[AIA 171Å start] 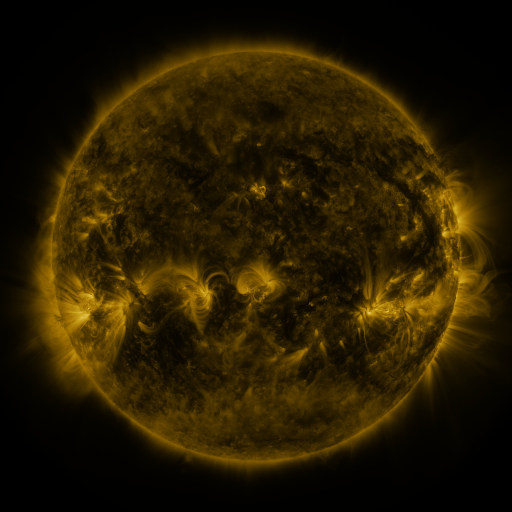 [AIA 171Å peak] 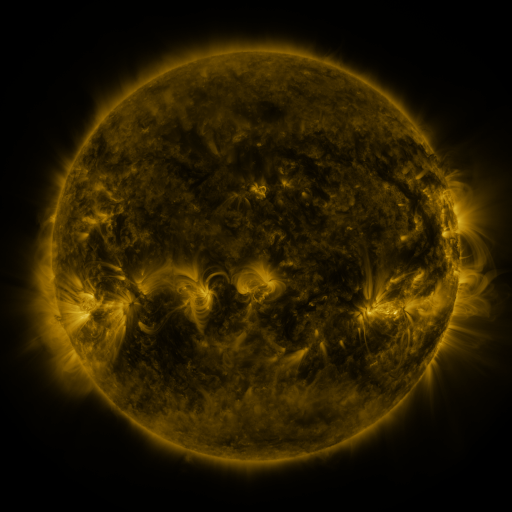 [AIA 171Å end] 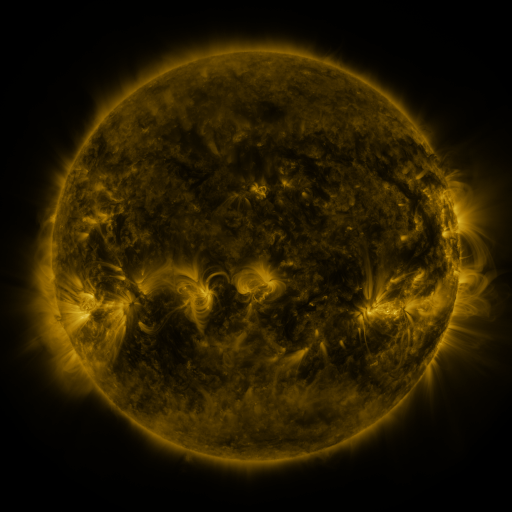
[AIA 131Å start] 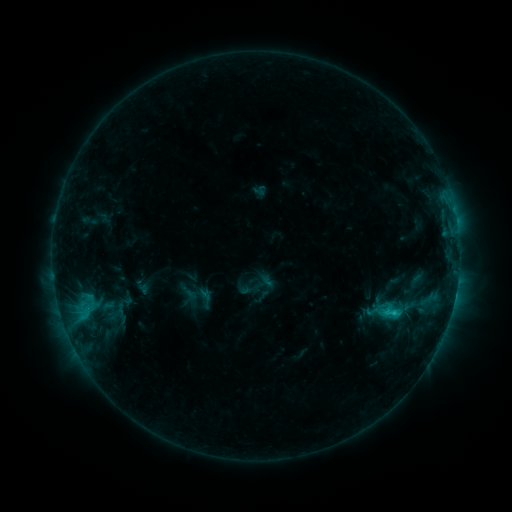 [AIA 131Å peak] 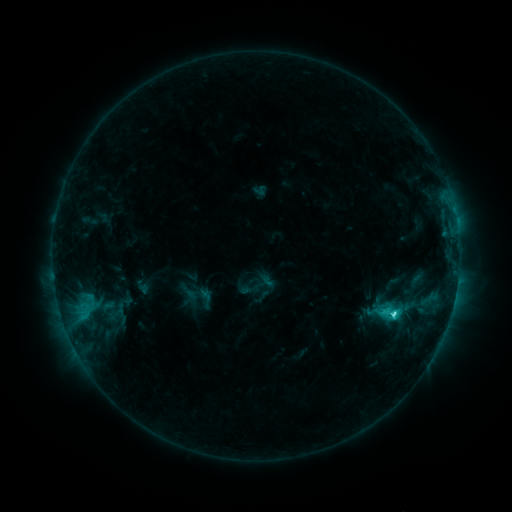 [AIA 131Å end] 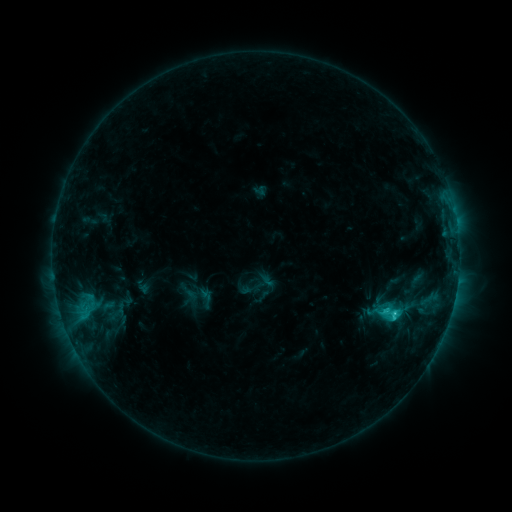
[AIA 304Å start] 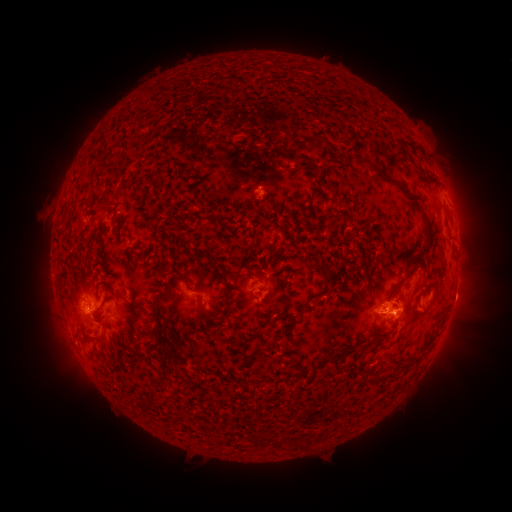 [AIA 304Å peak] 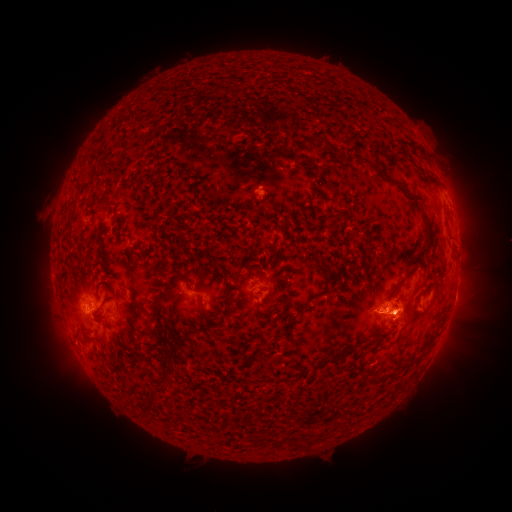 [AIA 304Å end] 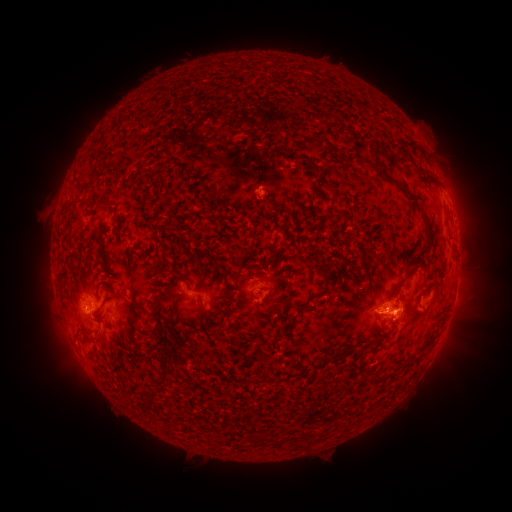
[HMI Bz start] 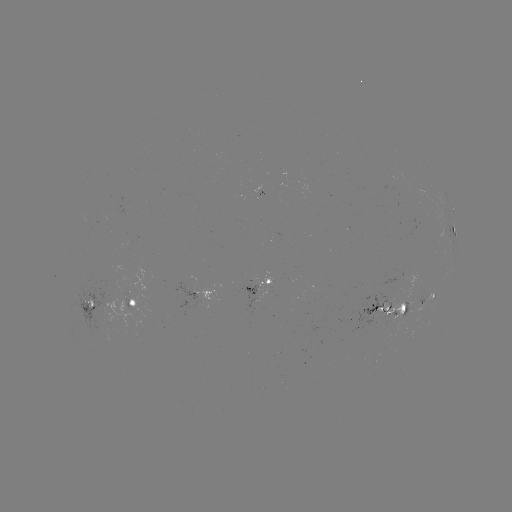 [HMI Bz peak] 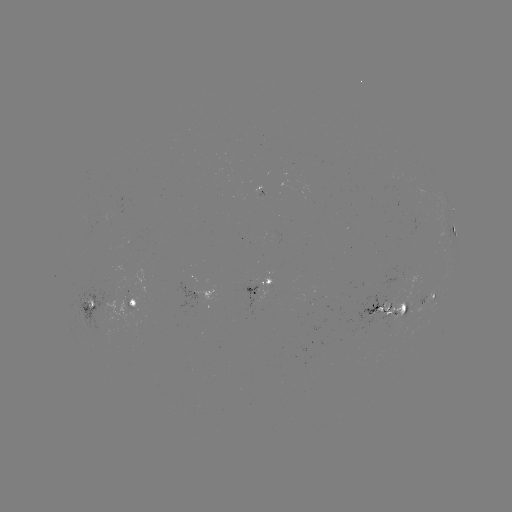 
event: flare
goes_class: C2.8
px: (393, 311)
